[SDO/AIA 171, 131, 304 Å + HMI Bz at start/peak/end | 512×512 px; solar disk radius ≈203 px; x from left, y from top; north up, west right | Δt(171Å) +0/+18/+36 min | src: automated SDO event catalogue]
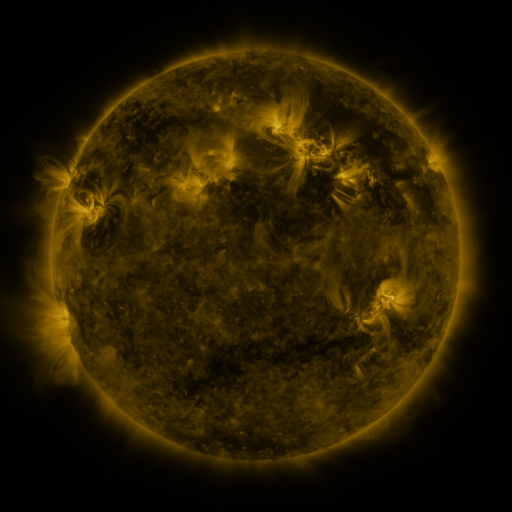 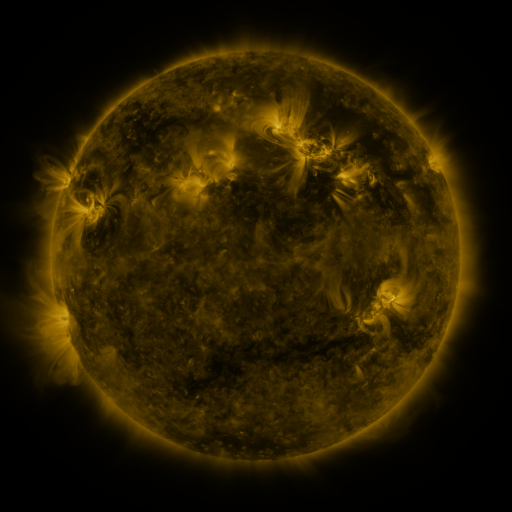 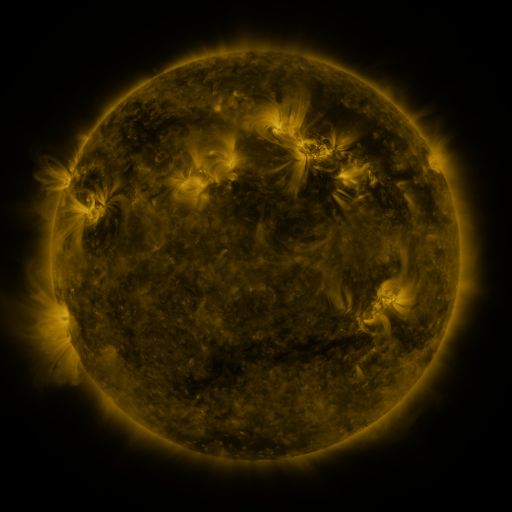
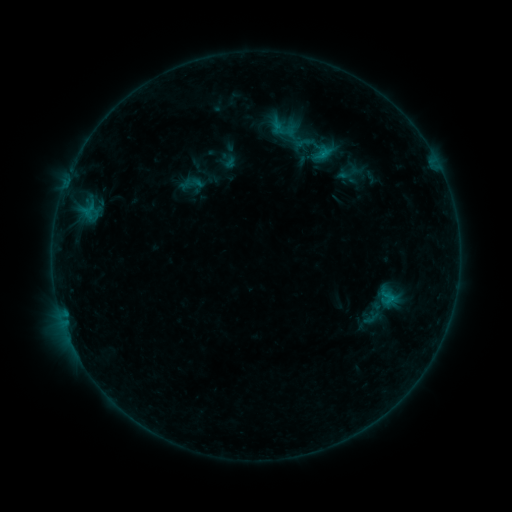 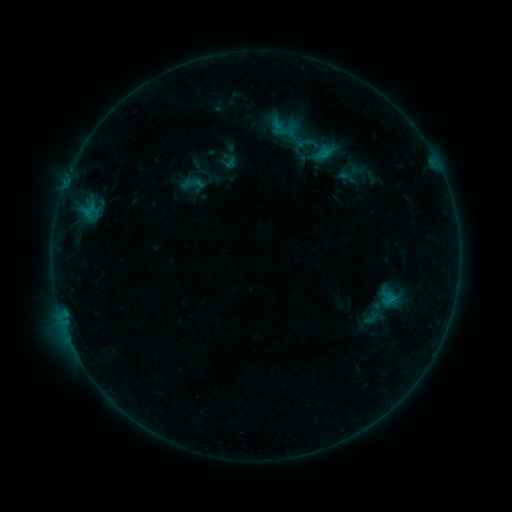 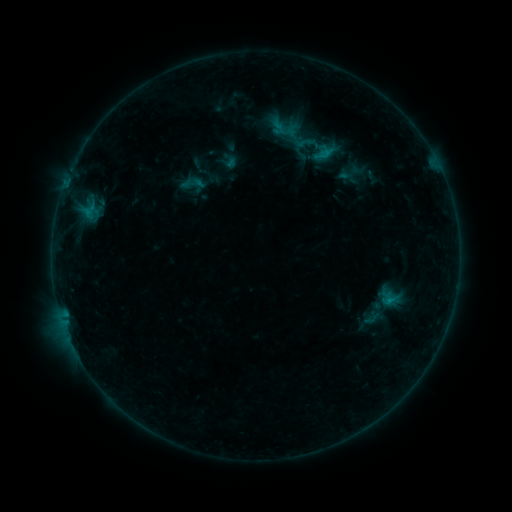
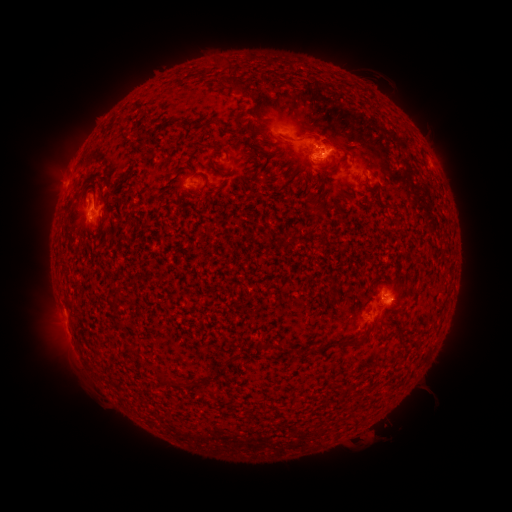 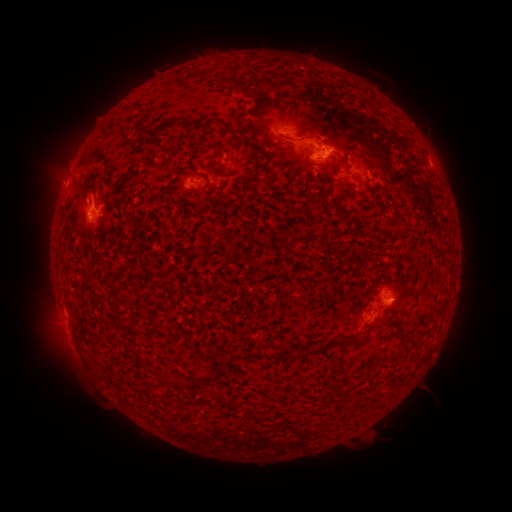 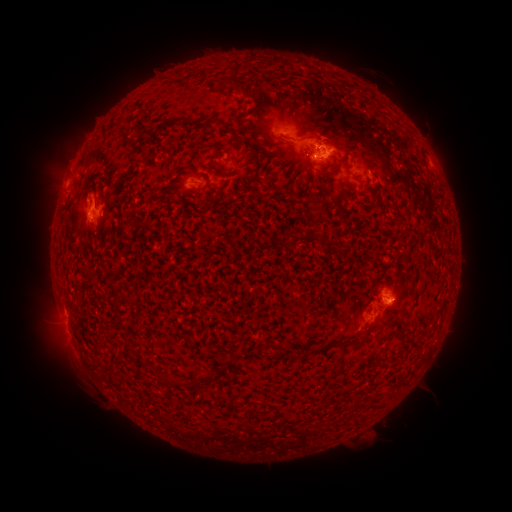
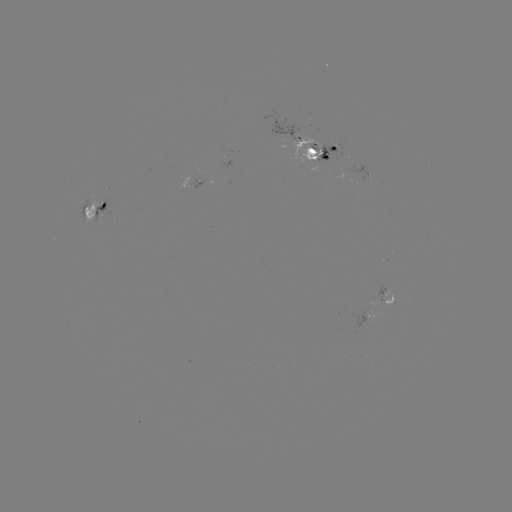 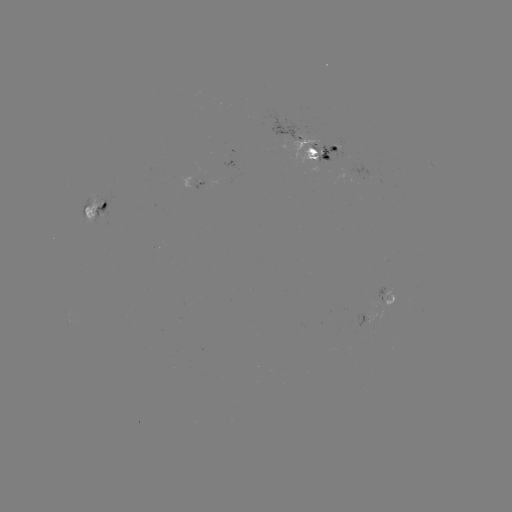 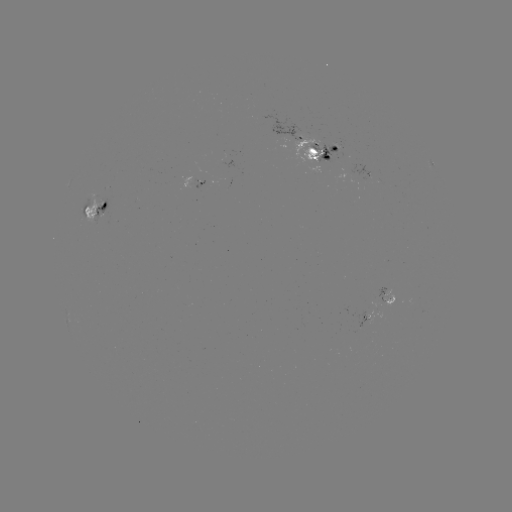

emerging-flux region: [92, 198, 107, 225]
